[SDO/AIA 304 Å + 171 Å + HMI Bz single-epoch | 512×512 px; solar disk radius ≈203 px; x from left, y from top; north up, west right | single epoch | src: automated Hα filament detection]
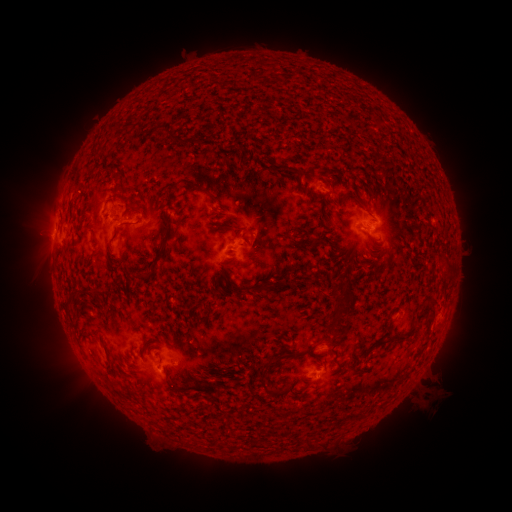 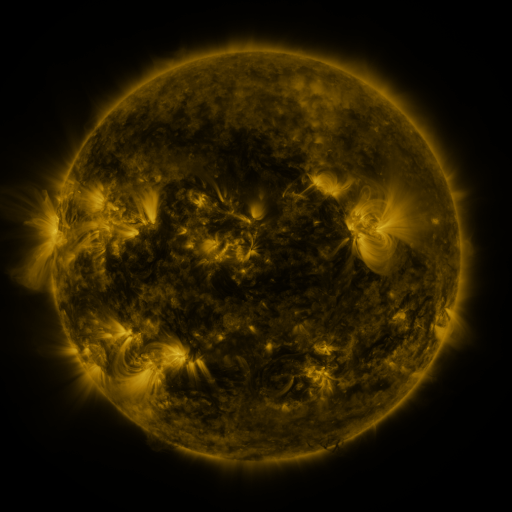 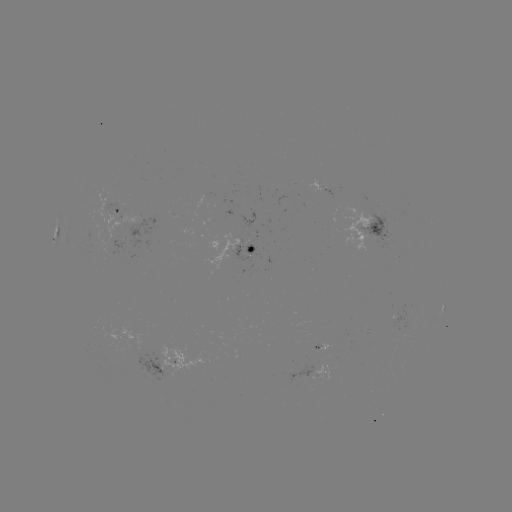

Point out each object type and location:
filament: (160, 126, 175, 140)
filament: (181, 179, 198, 188)
filament: (113, 185, 123, 193)
filament: (219, 223, 234, 229)
filament: (140, 270, 151, 279)
filament: (256, 283, 267, 295)
filament: (413, 304, 431, 323)
filament: (372, 326, 415, 349)
